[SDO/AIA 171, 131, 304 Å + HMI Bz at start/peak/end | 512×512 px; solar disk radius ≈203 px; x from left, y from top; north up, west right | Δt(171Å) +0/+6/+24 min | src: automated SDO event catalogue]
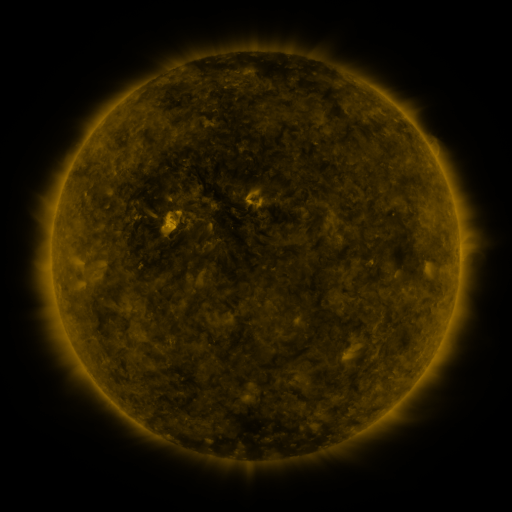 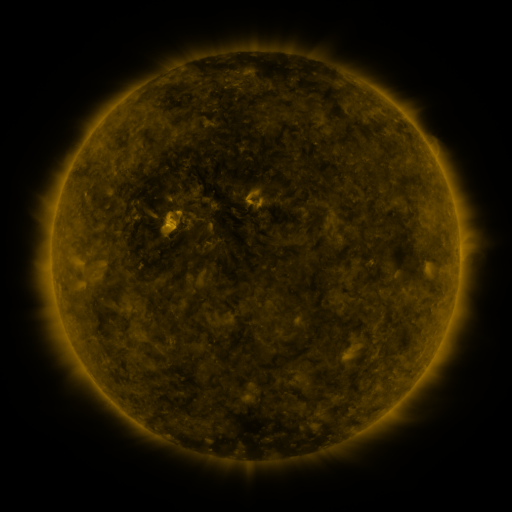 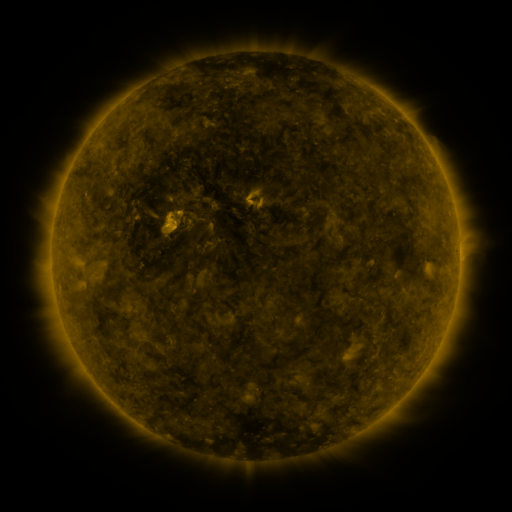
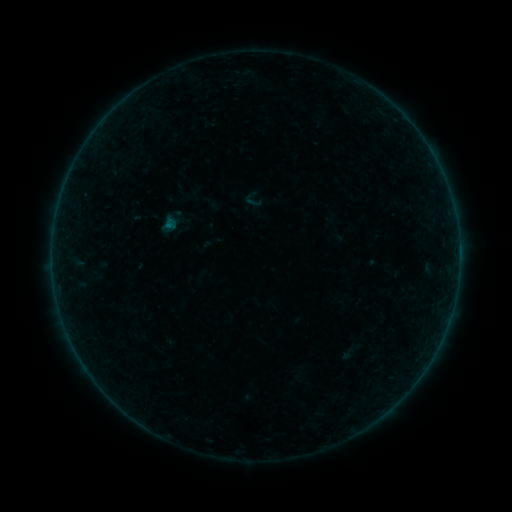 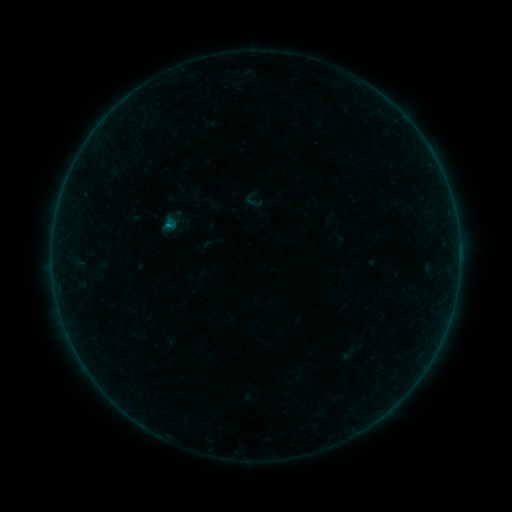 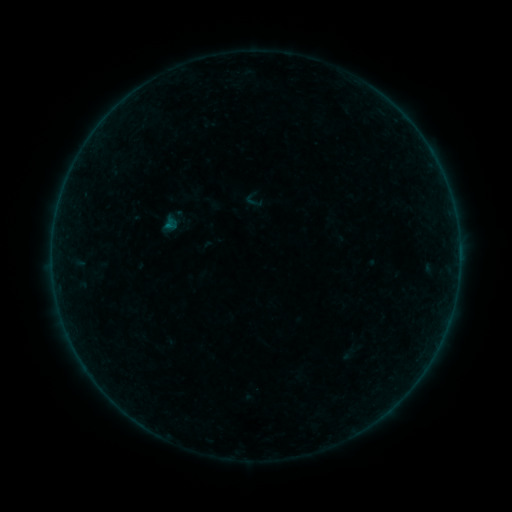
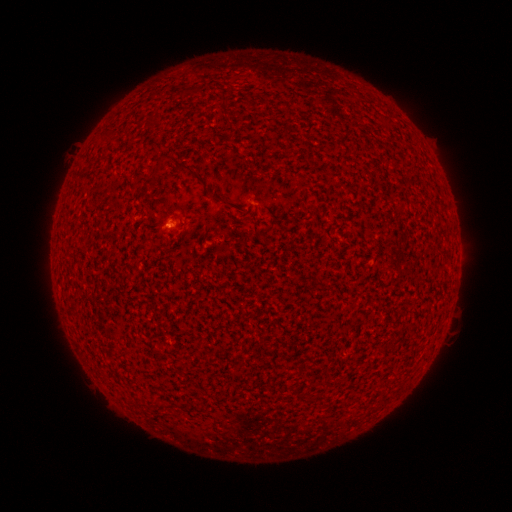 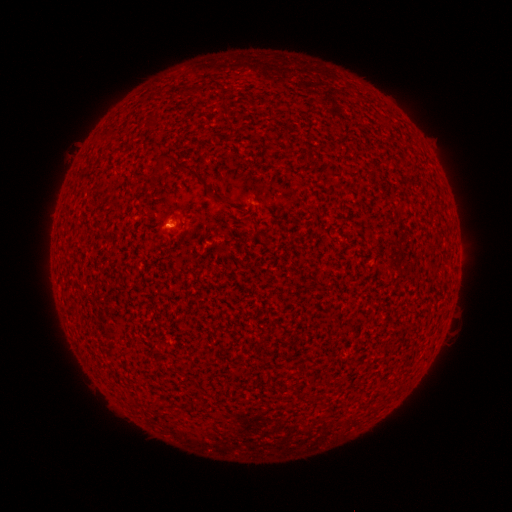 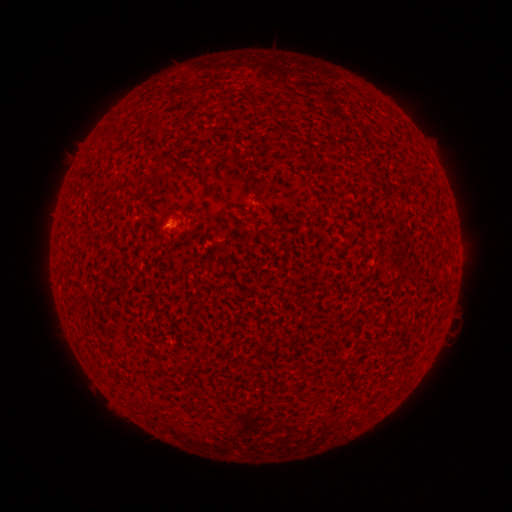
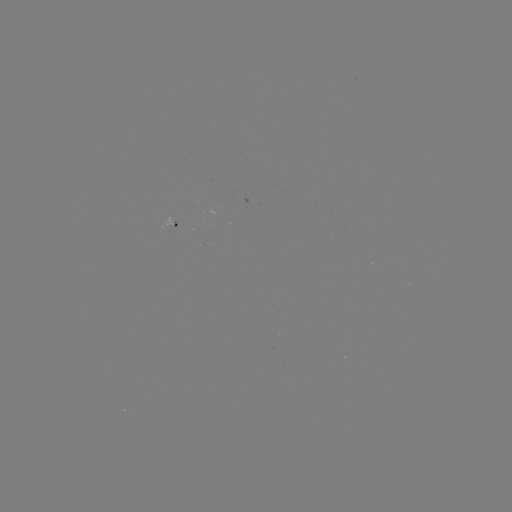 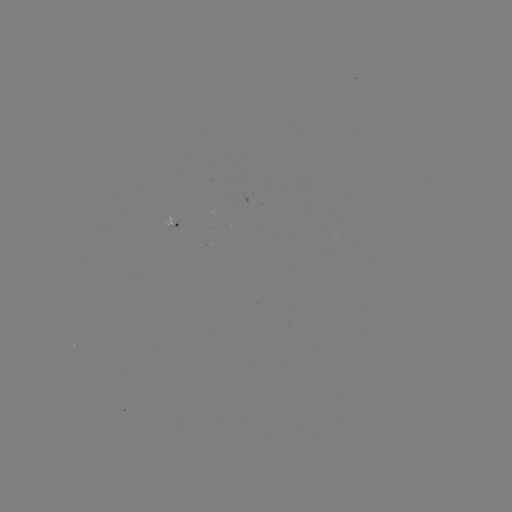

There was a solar flare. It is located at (169, 226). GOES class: B1.3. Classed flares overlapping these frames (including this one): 1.